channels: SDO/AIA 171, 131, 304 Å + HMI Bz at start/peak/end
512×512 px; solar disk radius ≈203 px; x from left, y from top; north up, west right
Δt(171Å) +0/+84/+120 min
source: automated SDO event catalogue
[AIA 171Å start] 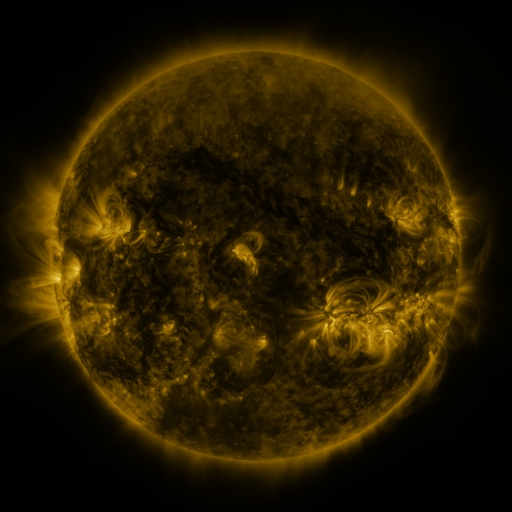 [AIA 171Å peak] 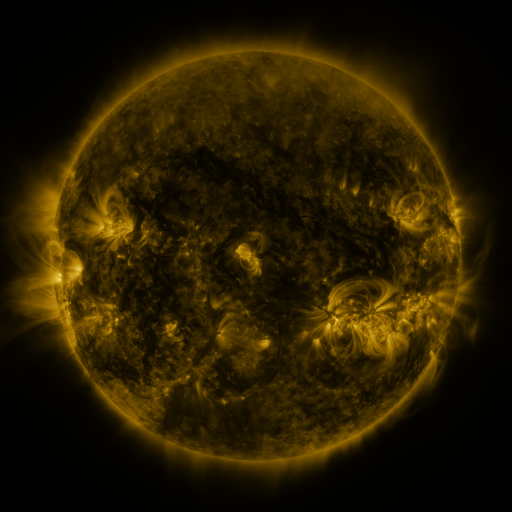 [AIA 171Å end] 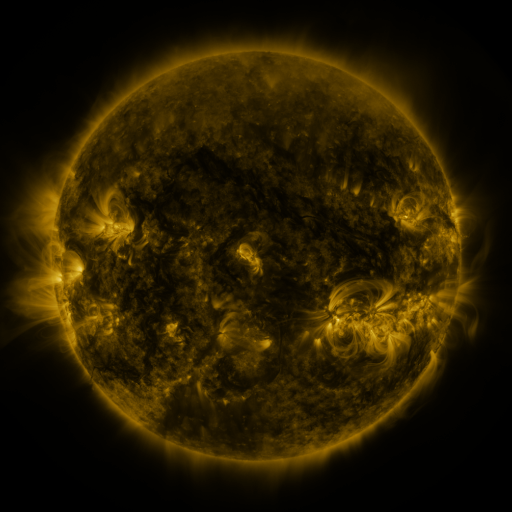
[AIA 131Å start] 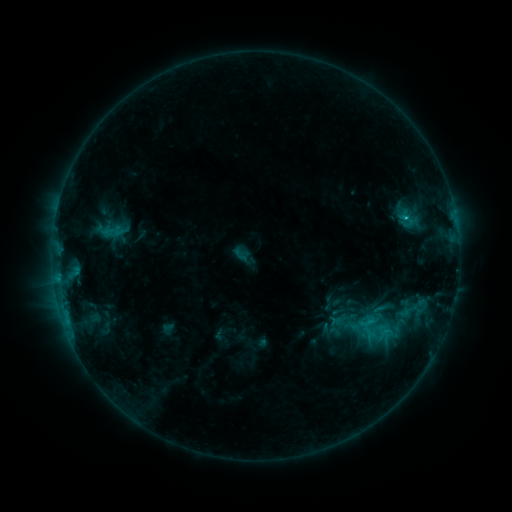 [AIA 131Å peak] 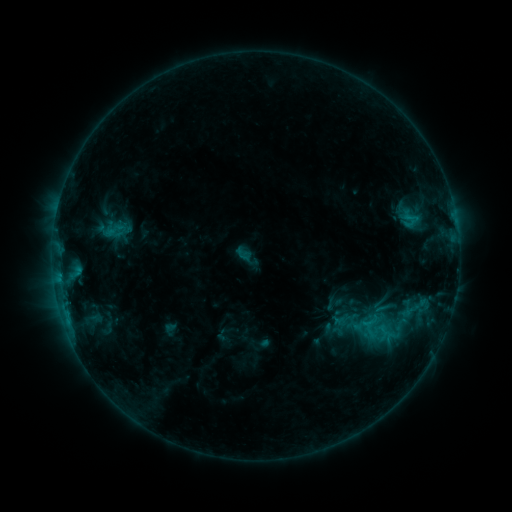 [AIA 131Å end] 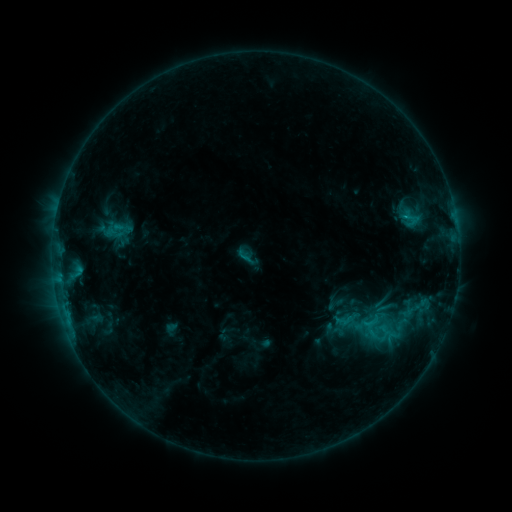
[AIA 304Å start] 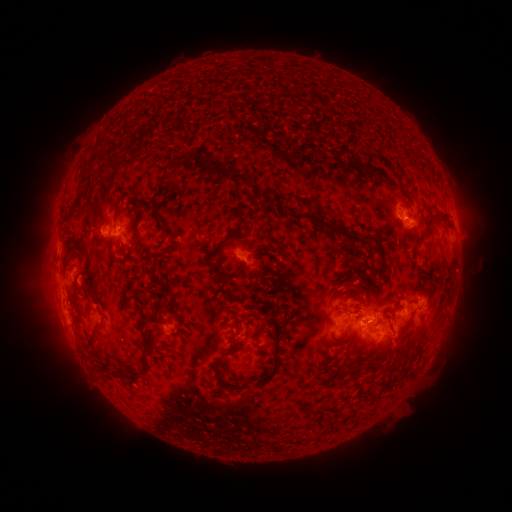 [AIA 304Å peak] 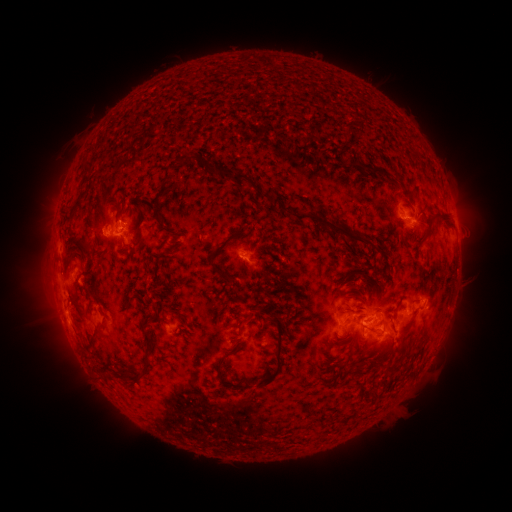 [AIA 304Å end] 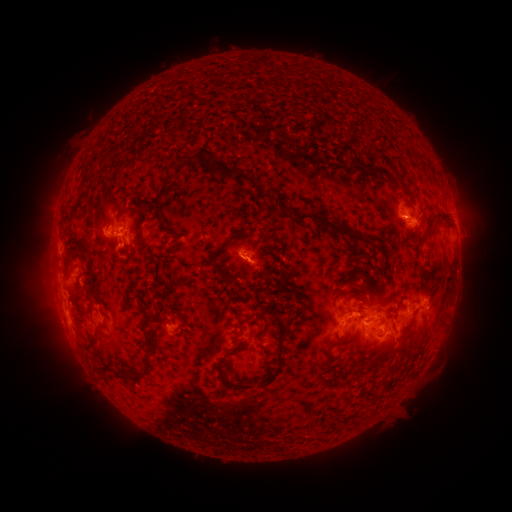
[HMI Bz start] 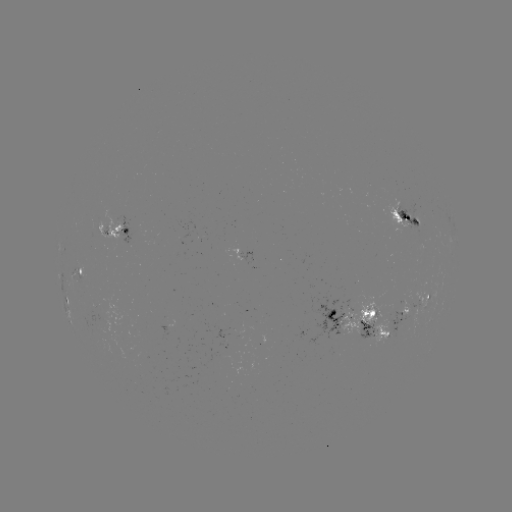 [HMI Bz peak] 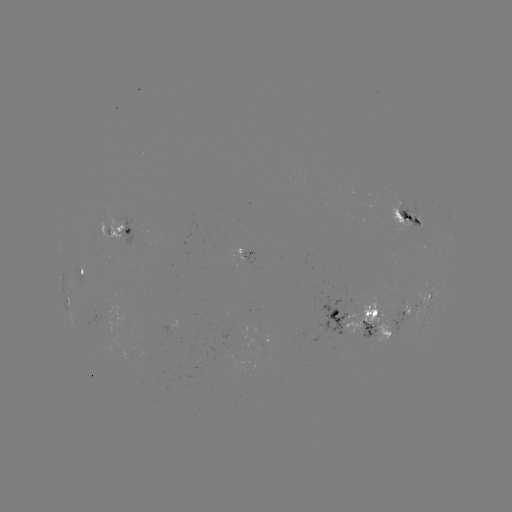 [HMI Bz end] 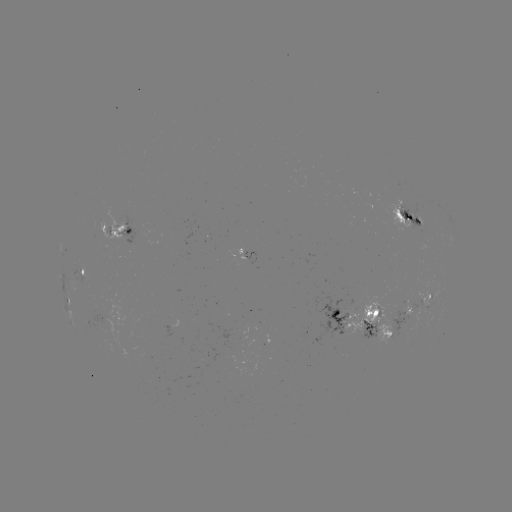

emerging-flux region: (85, 308, 112, 336)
